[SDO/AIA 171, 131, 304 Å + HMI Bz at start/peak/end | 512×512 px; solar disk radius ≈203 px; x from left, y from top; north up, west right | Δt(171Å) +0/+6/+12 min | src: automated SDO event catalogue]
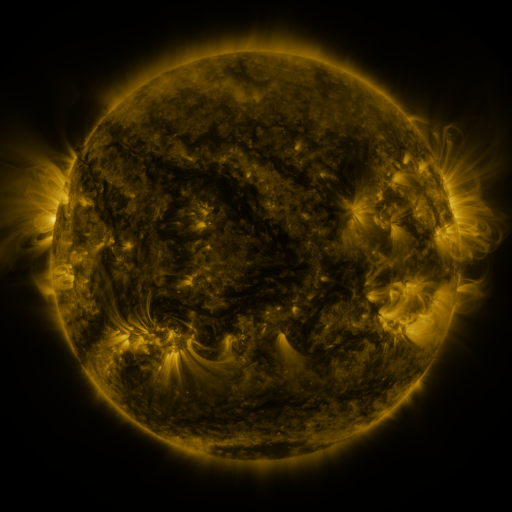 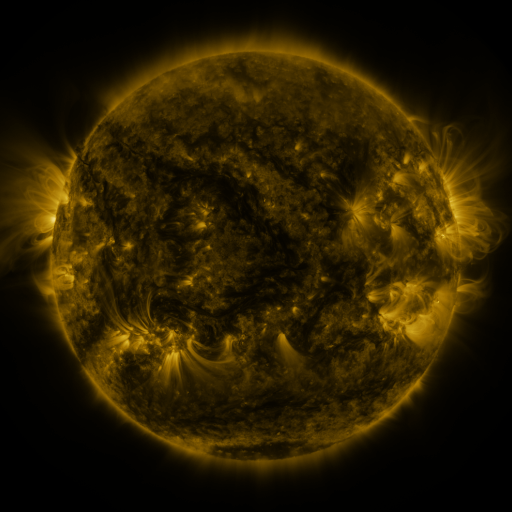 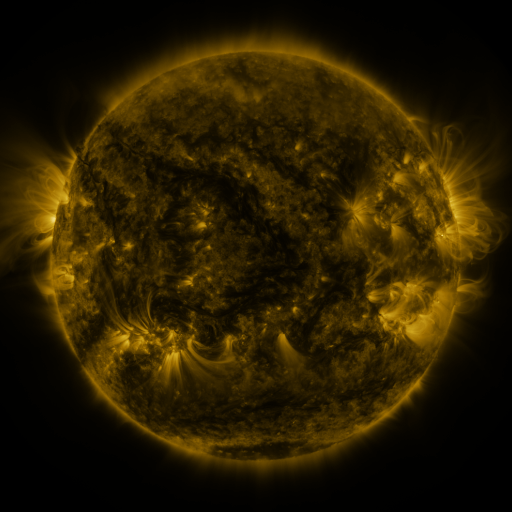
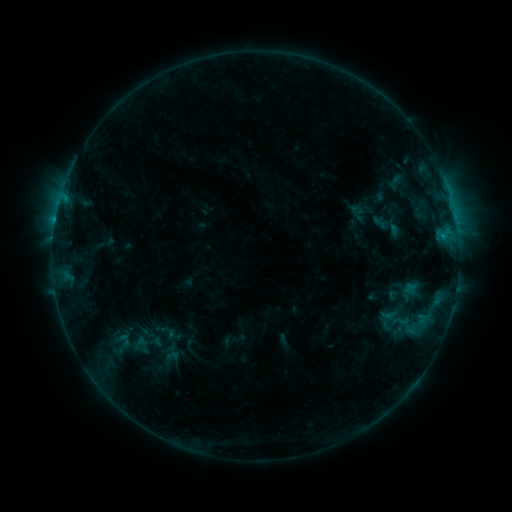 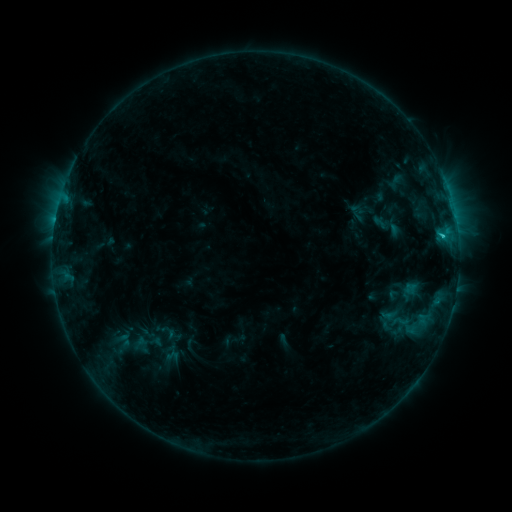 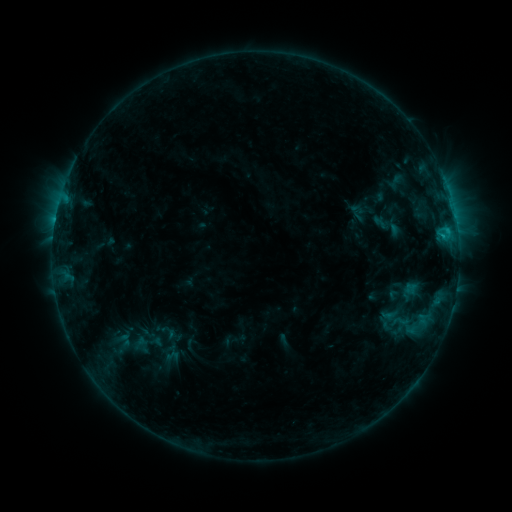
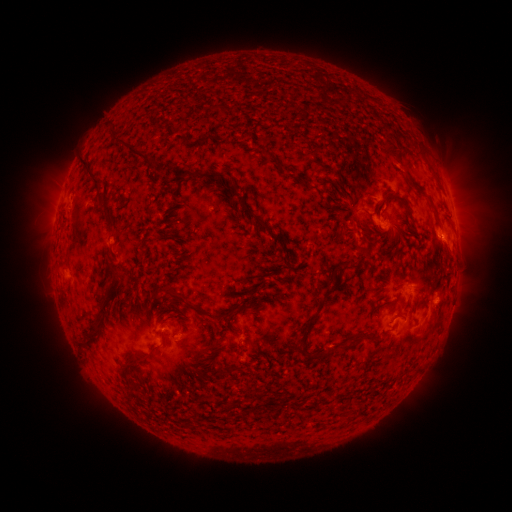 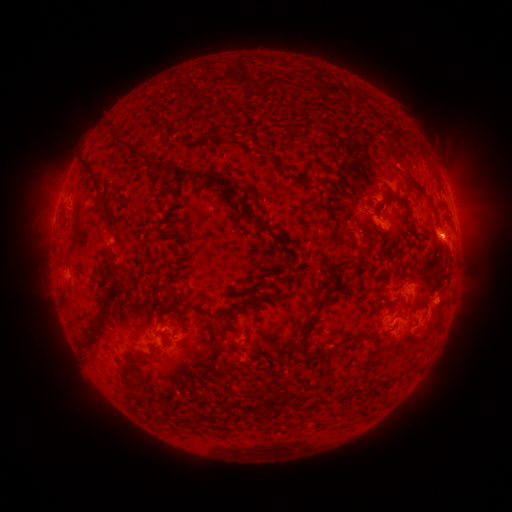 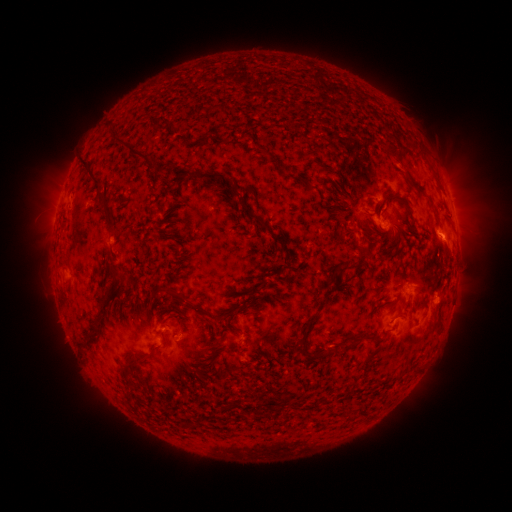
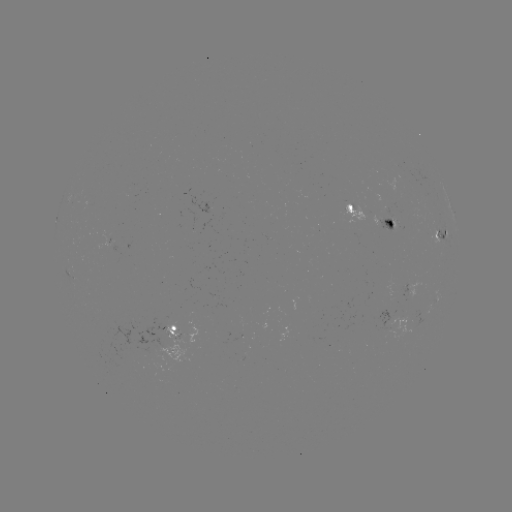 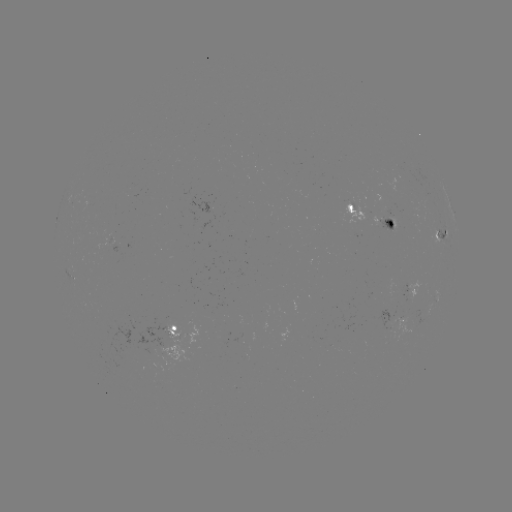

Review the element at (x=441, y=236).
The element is B9.2 flare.